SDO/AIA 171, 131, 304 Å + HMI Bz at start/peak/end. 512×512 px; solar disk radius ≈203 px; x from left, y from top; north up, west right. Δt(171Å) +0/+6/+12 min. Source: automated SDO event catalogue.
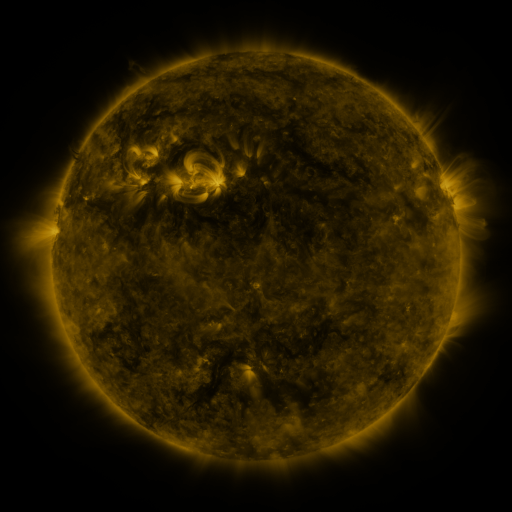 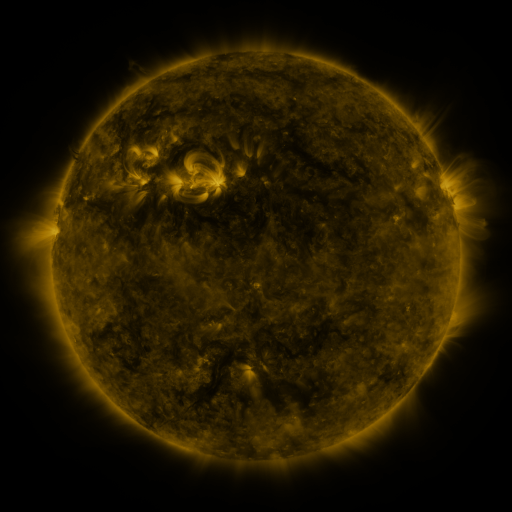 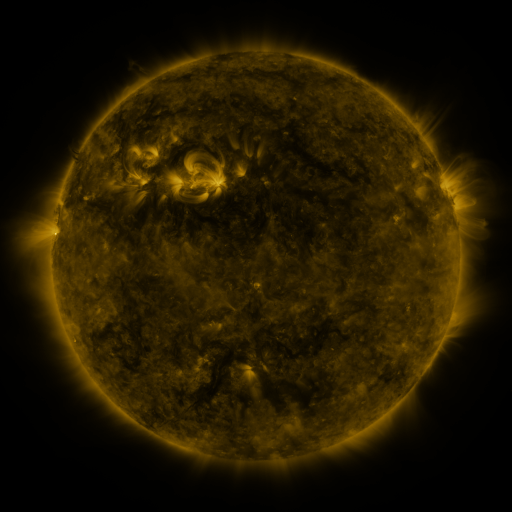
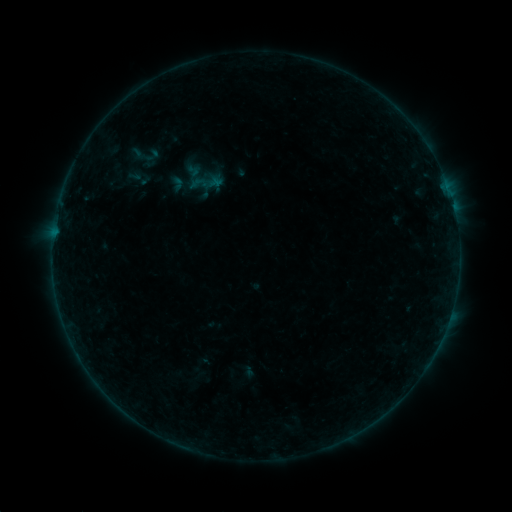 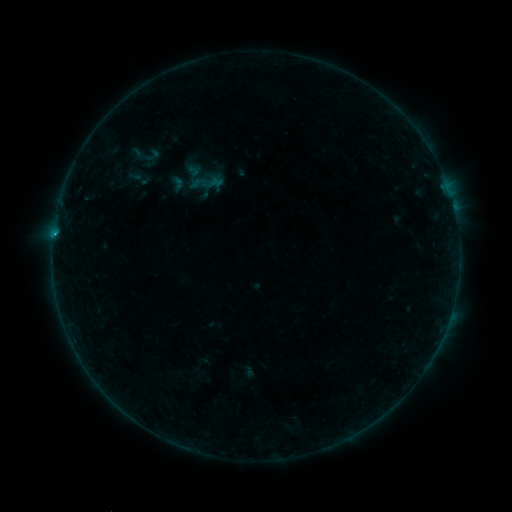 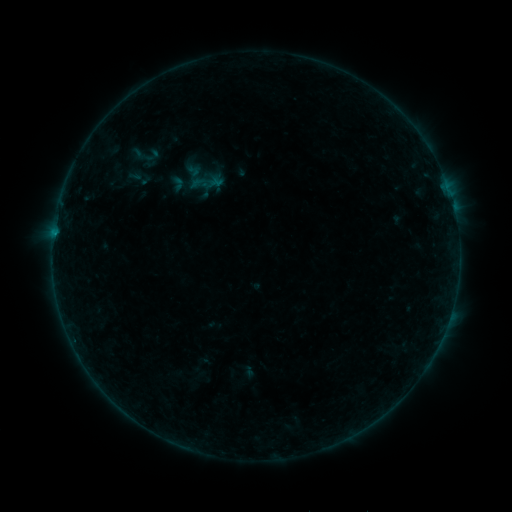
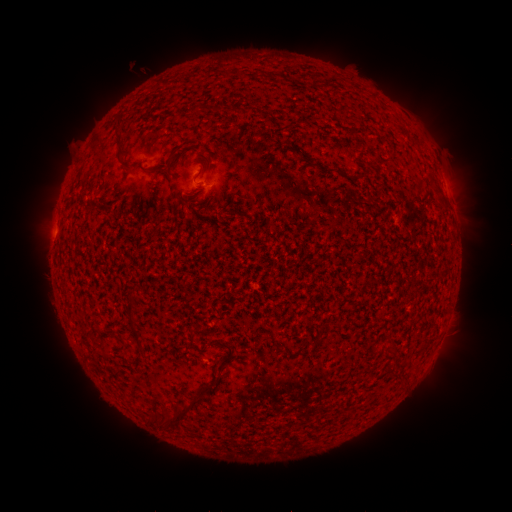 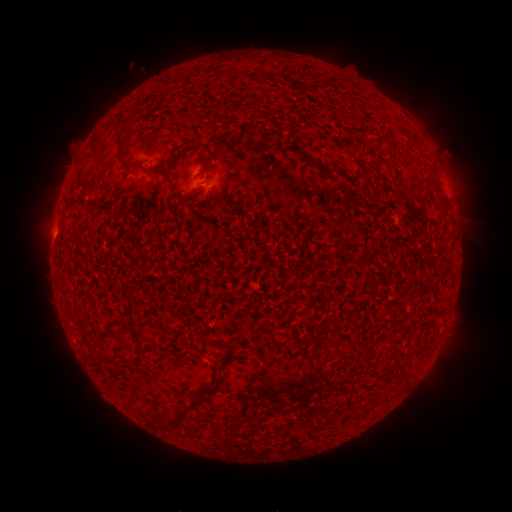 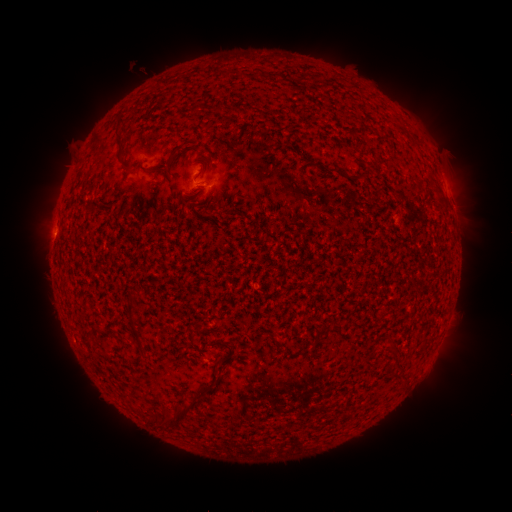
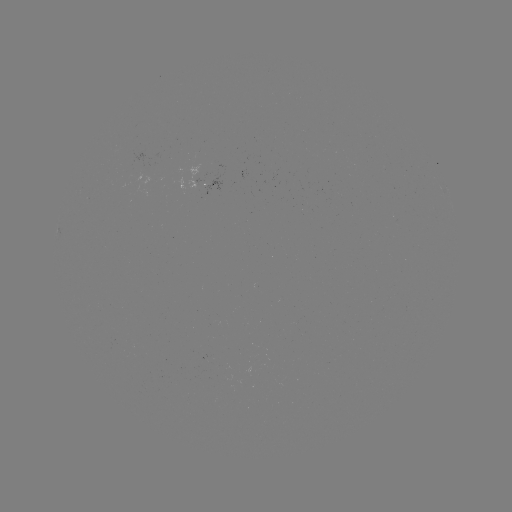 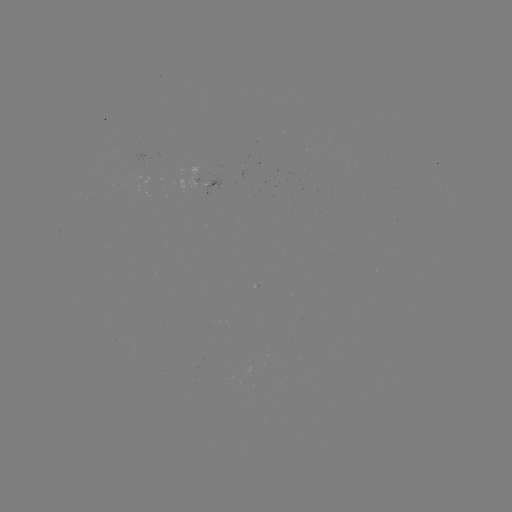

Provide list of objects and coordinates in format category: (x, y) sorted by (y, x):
B3.3 flare: (57, 237)
